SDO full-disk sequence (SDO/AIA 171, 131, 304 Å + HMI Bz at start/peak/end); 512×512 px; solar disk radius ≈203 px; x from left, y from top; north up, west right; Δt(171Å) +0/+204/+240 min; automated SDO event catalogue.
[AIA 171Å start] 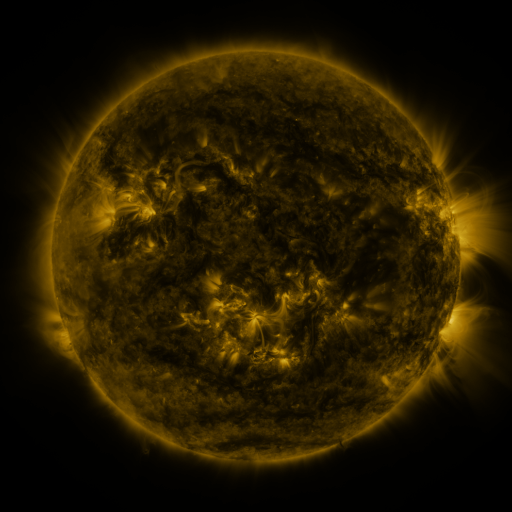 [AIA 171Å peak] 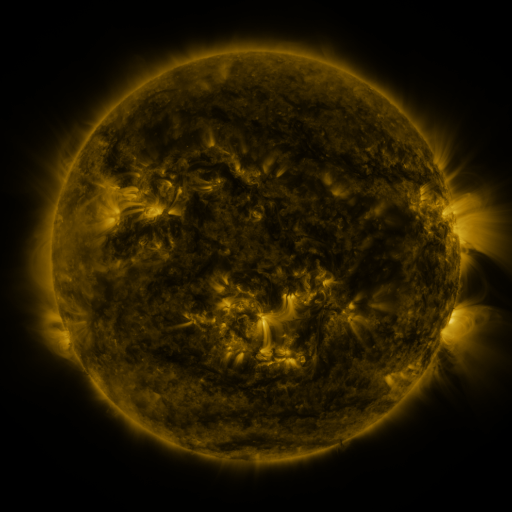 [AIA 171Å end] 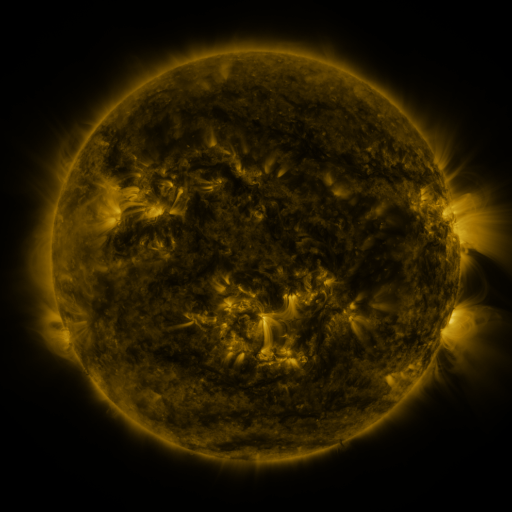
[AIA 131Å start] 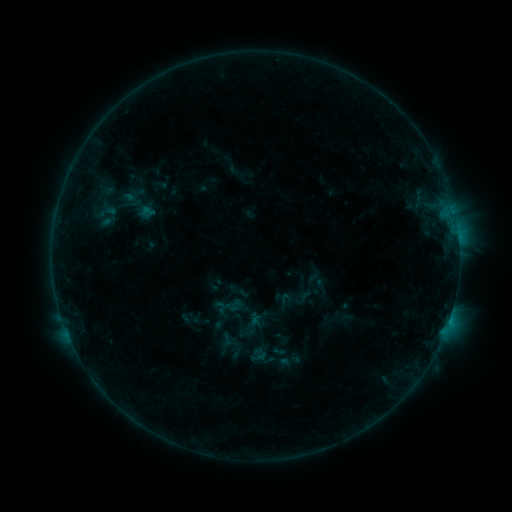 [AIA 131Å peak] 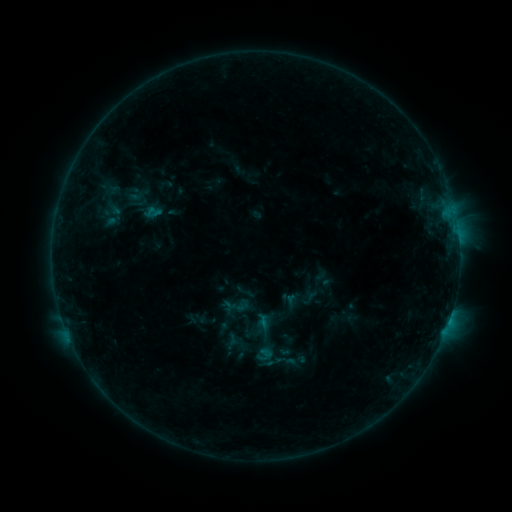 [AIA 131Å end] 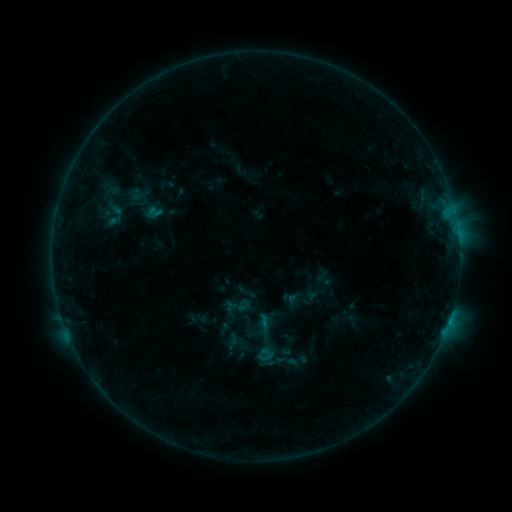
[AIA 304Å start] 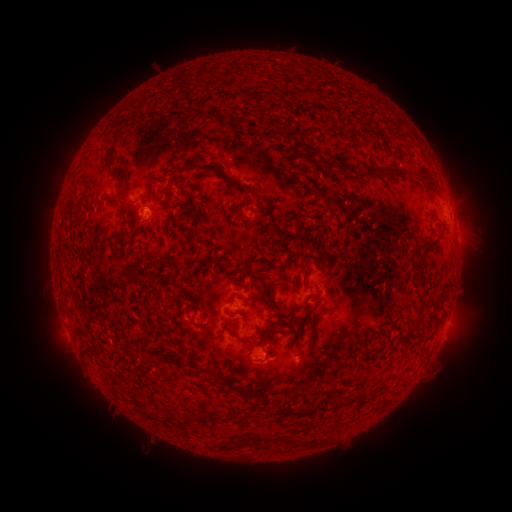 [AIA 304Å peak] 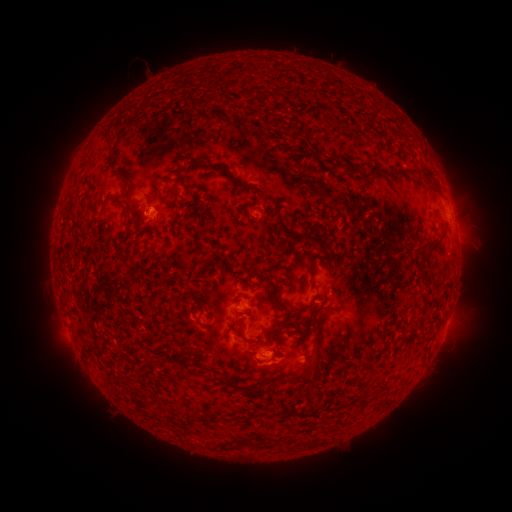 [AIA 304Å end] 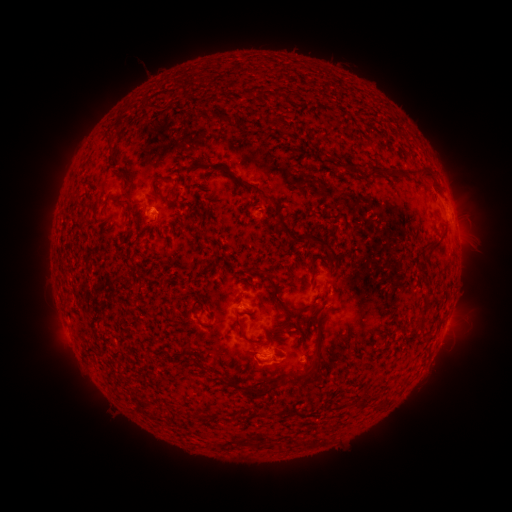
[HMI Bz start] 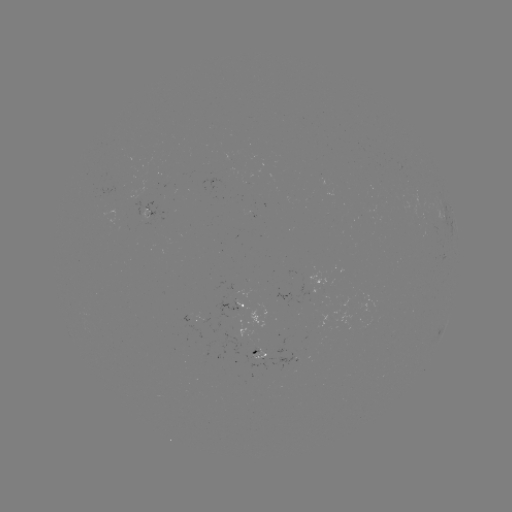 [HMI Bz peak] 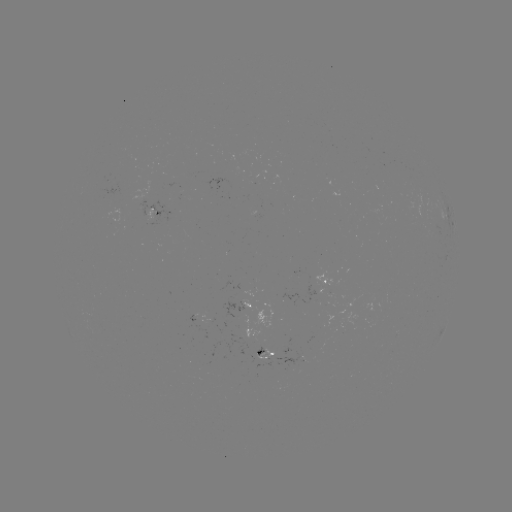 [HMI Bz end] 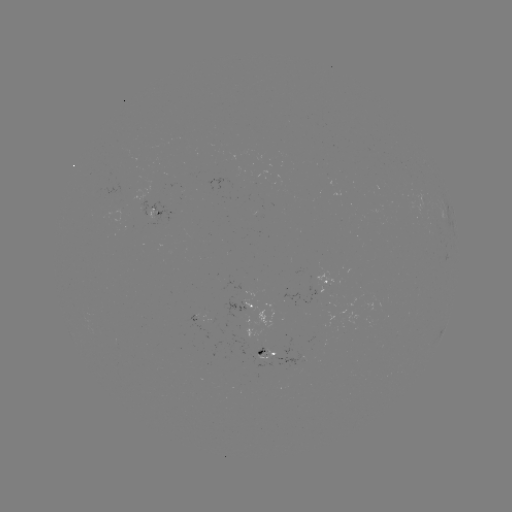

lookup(emerging-flux region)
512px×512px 259,335